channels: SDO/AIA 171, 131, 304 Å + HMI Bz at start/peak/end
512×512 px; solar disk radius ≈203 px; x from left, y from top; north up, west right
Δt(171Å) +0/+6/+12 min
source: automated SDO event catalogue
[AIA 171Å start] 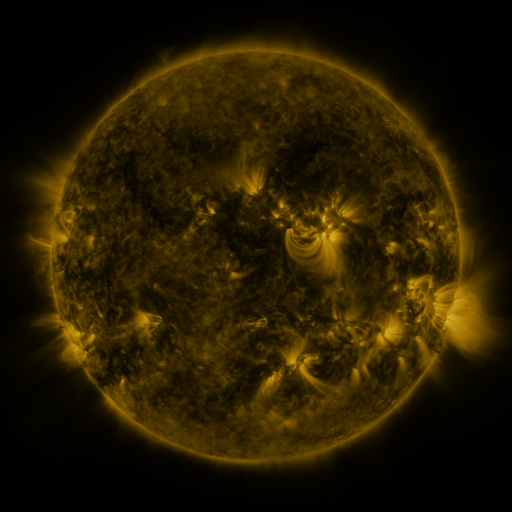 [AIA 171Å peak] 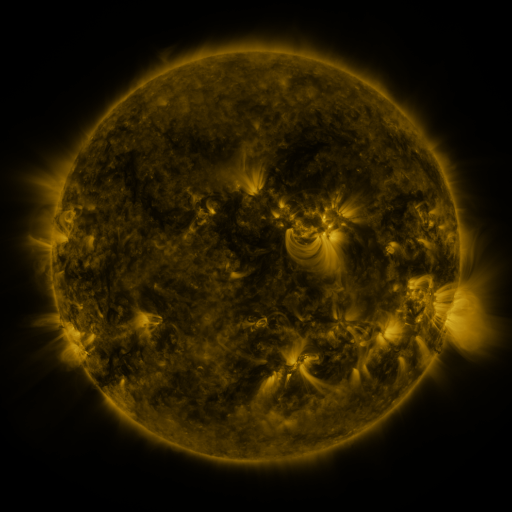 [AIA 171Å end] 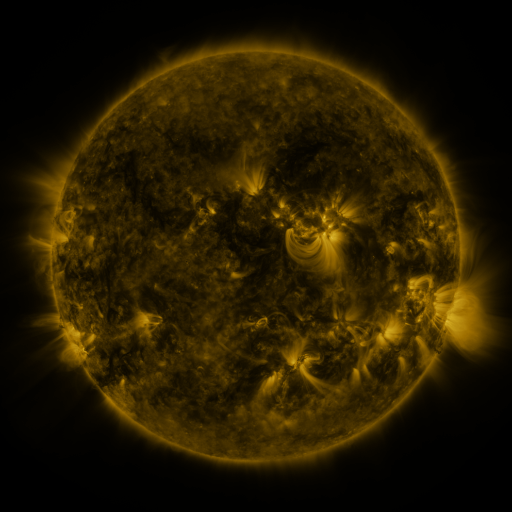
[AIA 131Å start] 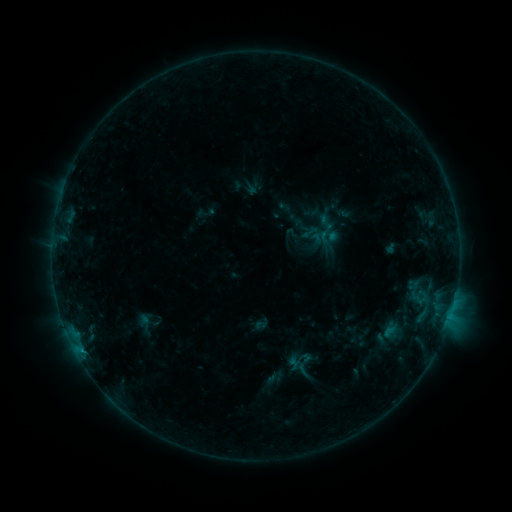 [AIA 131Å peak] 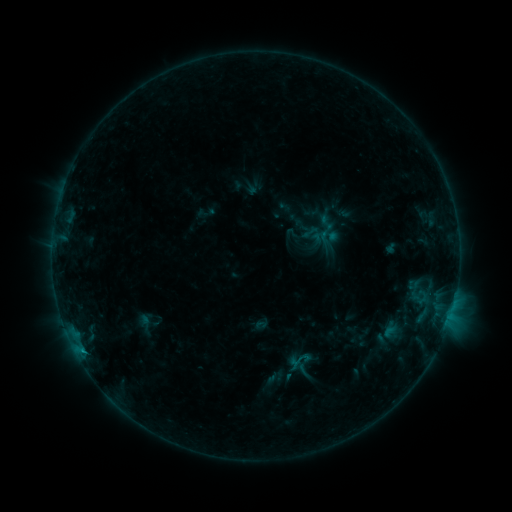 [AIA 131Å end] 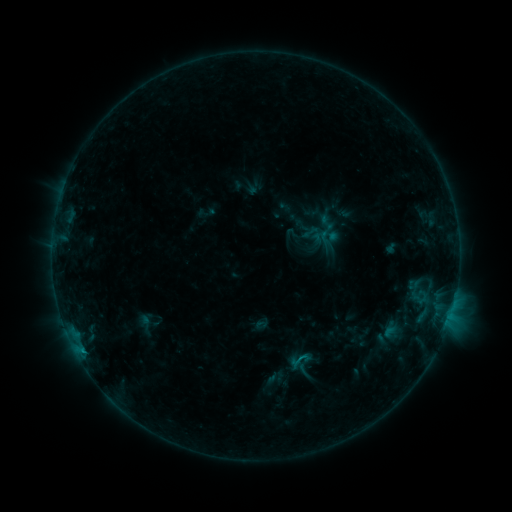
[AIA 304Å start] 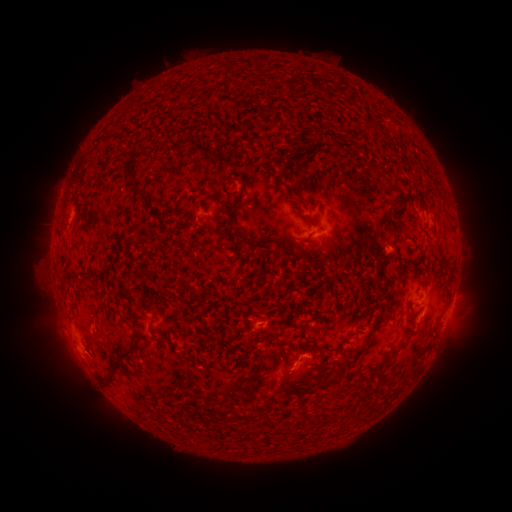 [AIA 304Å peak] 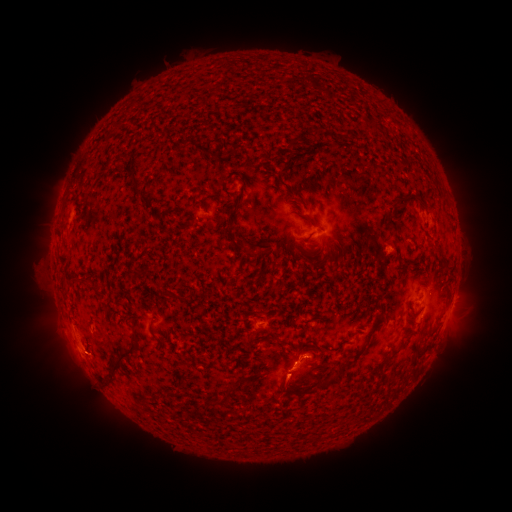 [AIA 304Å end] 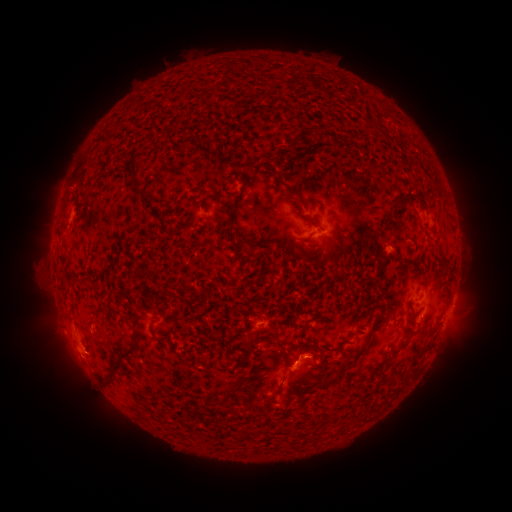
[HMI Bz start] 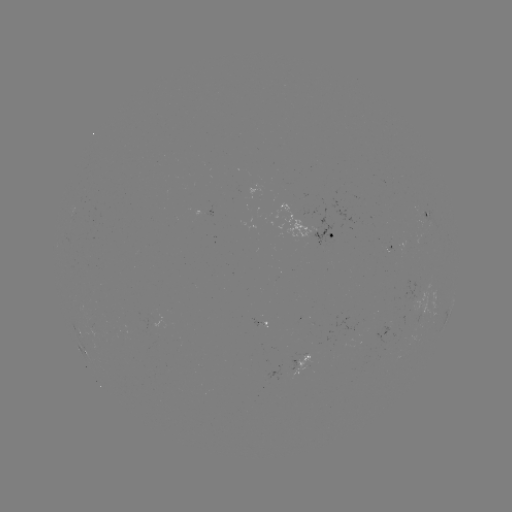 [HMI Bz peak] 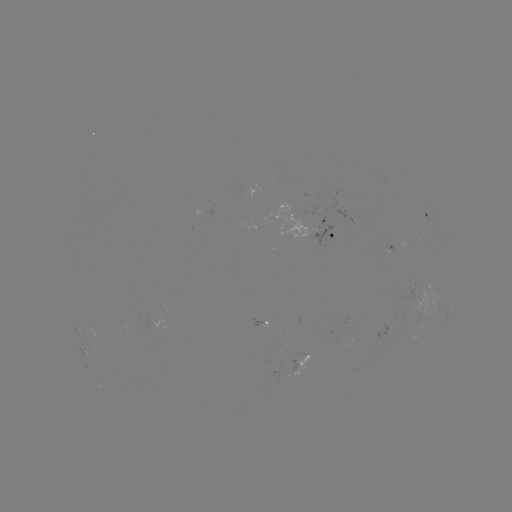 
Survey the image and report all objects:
eruption: (288, 385)
